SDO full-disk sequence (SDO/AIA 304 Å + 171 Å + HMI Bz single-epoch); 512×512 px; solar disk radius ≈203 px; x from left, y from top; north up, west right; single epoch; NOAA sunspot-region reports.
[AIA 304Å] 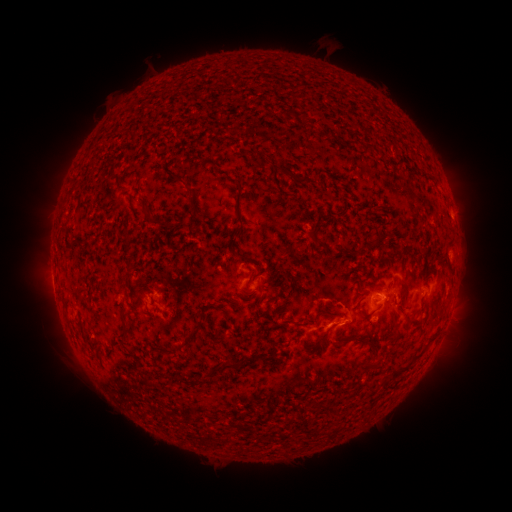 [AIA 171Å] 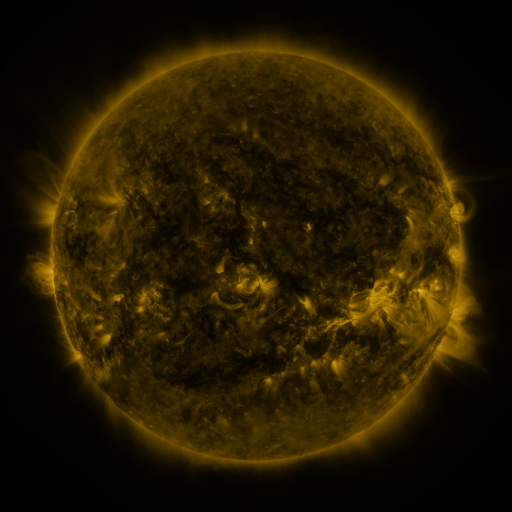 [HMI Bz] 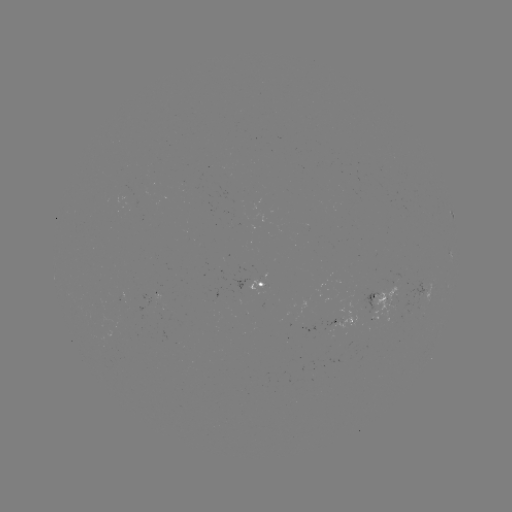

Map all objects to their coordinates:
spotted active region: (270, 284)
spotted active region: (431, 289)
spotted active region: (391, 299)
spotted active region: (346, 319)
